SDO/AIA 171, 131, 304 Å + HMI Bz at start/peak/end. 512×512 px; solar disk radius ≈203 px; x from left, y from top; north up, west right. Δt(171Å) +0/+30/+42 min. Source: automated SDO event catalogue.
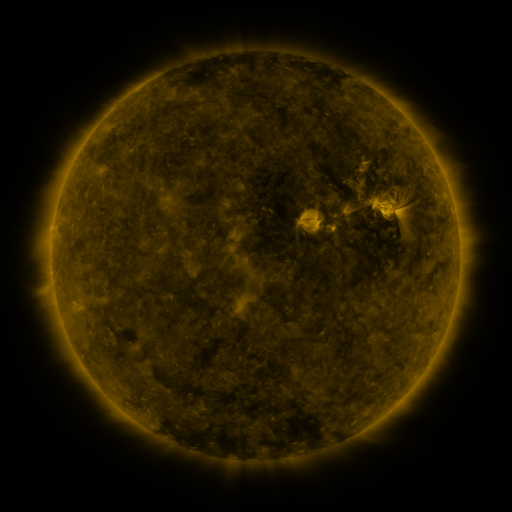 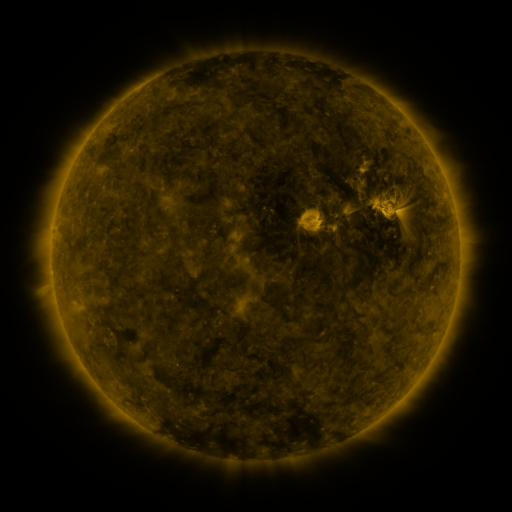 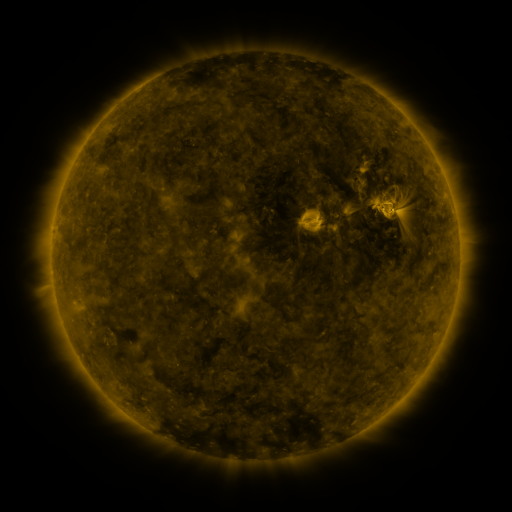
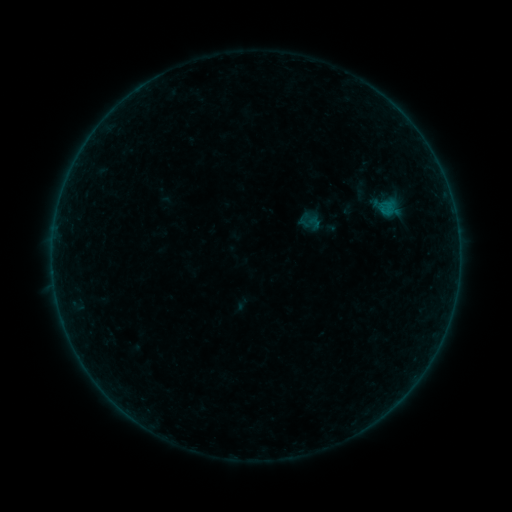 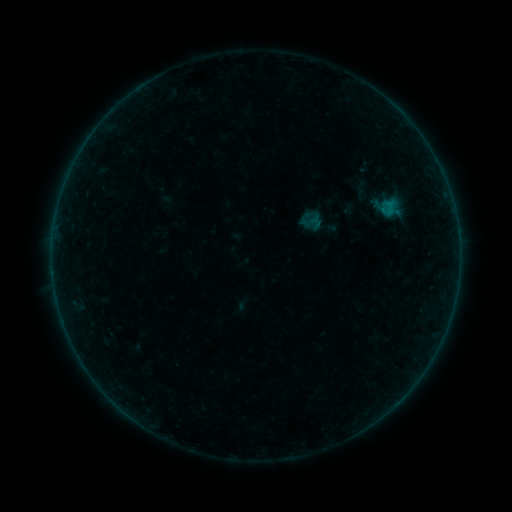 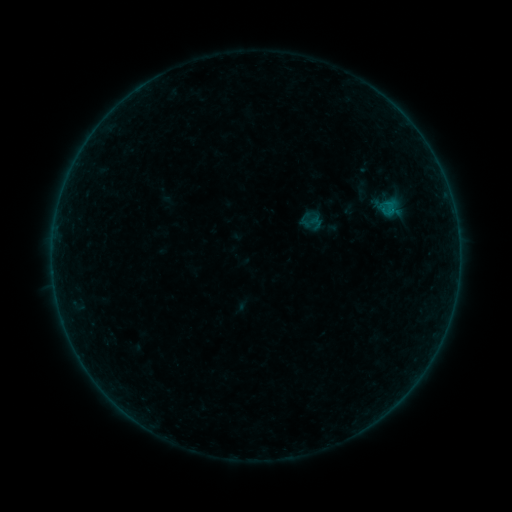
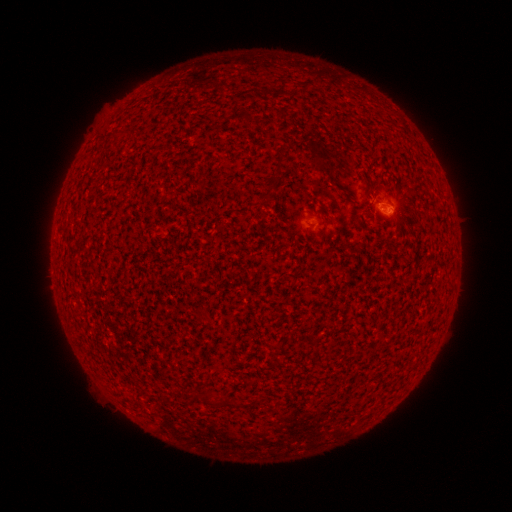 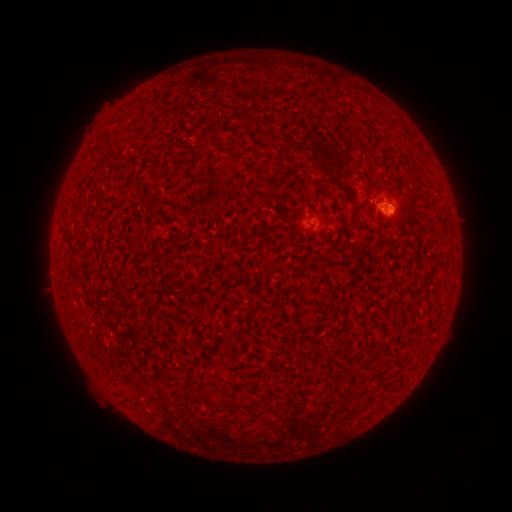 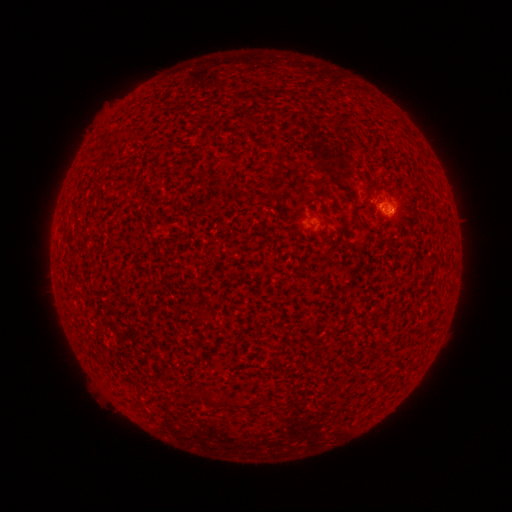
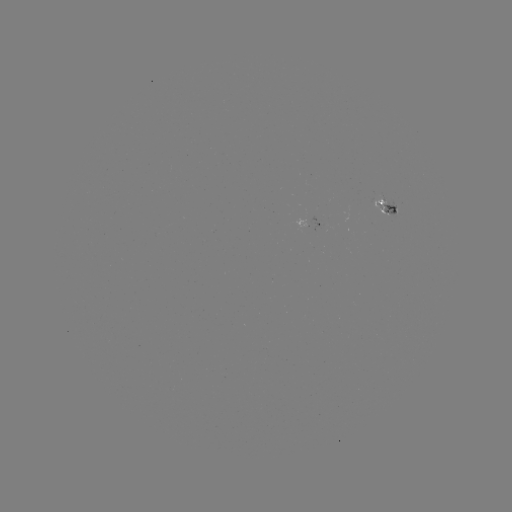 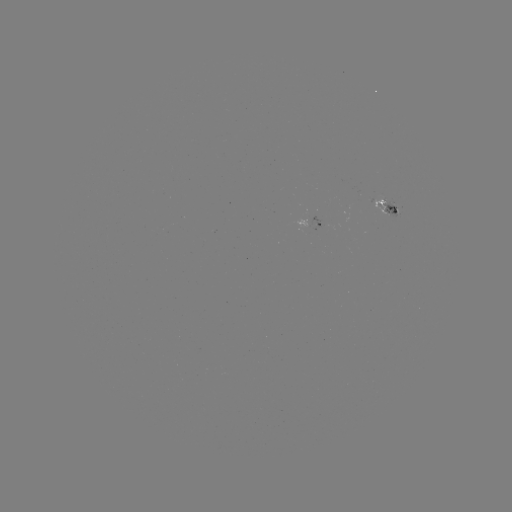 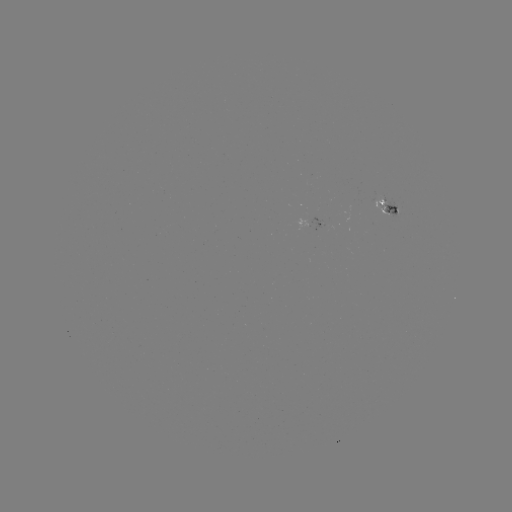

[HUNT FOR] B1.4 flare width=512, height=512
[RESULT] (390, 206)